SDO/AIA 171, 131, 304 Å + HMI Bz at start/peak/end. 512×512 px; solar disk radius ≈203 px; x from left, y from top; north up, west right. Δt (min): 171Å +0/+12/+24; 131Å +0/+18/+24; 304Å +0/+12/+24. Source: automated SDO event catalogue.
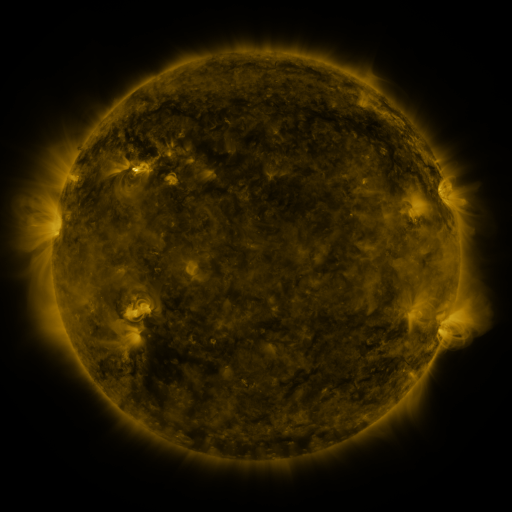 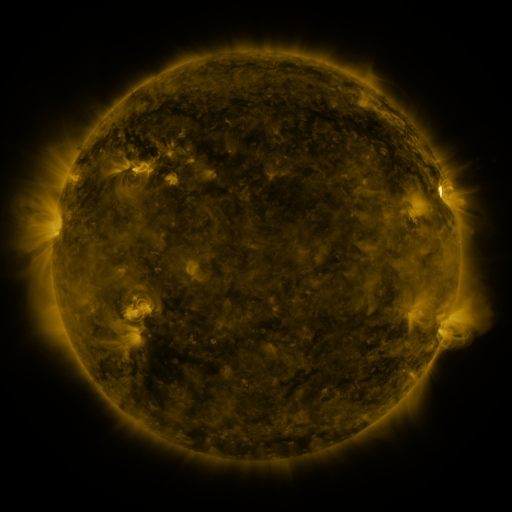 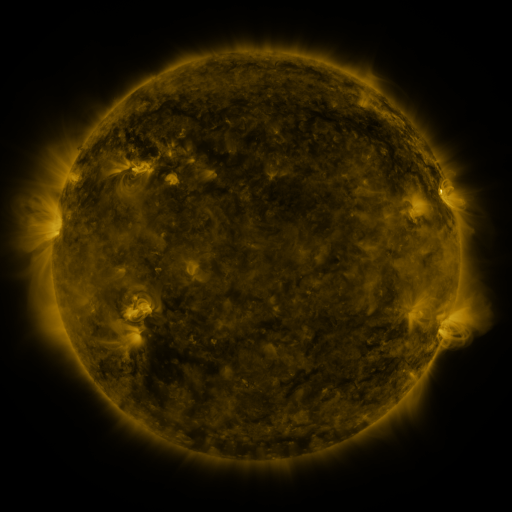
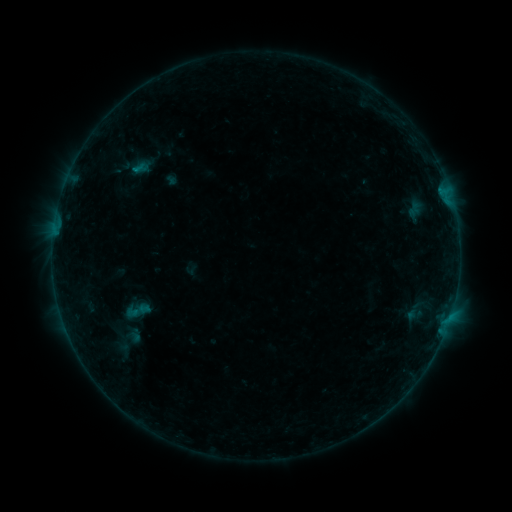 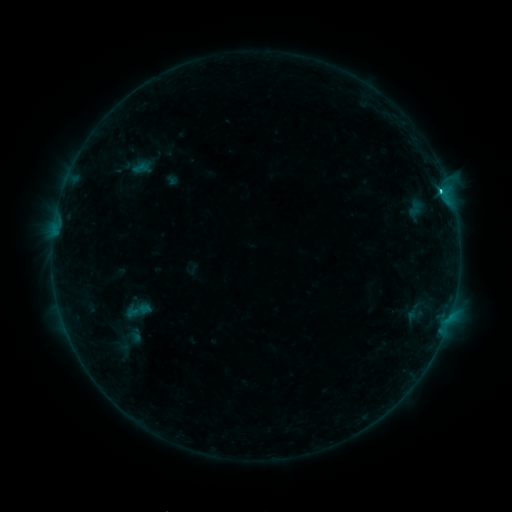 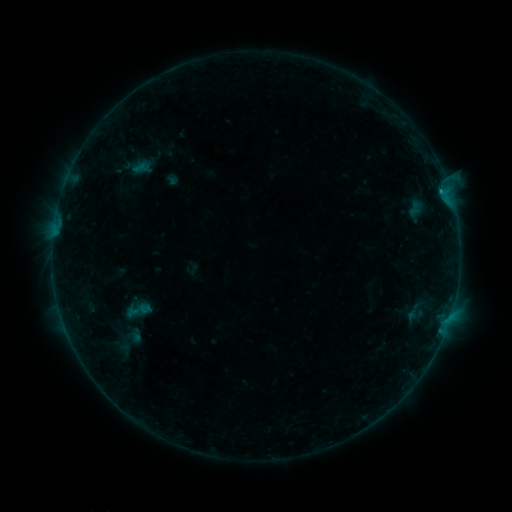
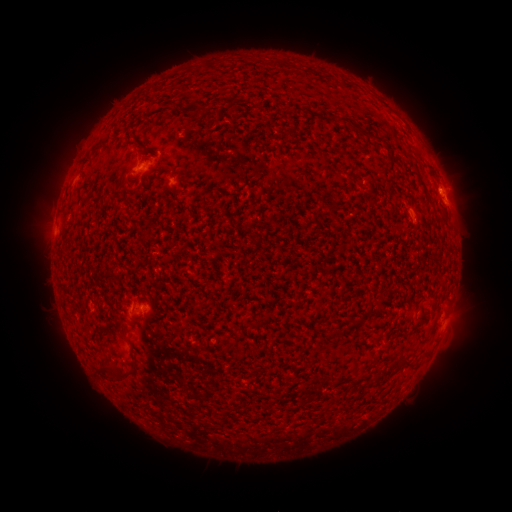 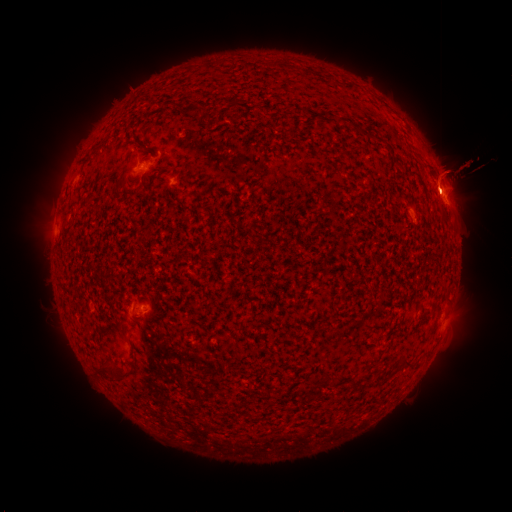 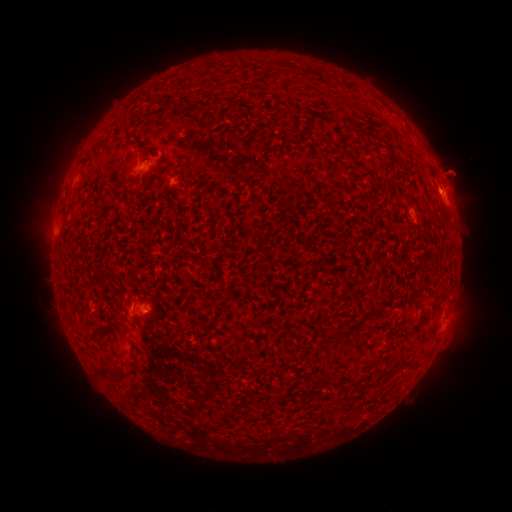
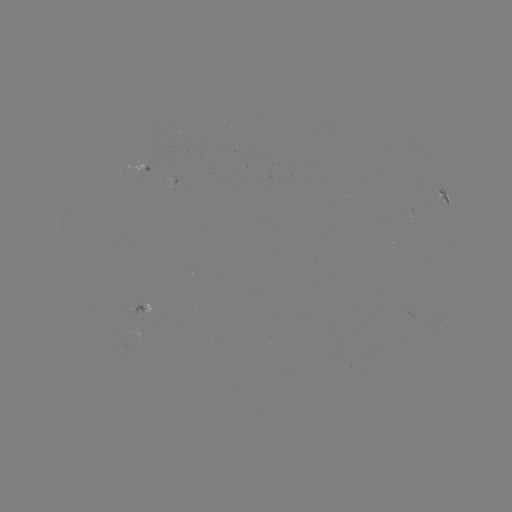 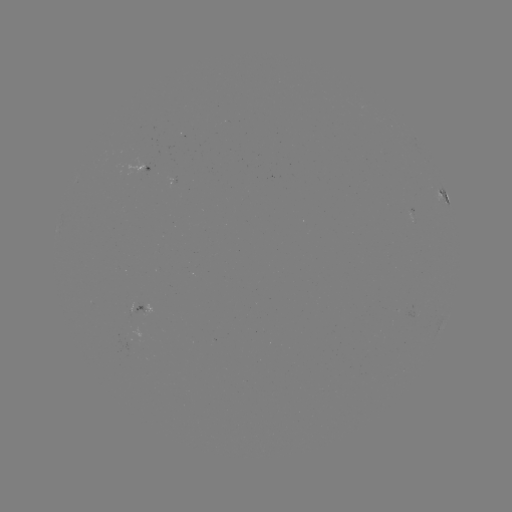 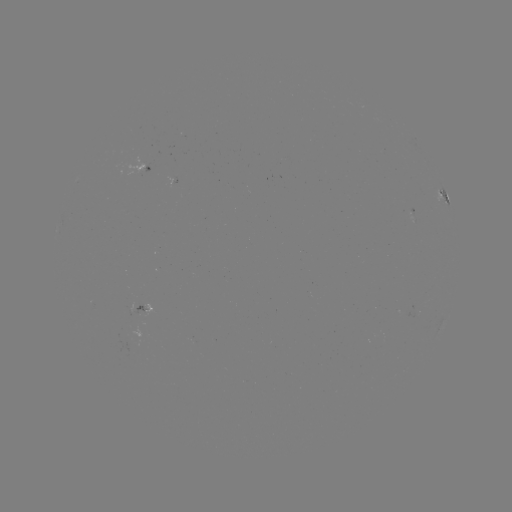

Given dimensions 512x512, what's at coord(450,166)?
eruption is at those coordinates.